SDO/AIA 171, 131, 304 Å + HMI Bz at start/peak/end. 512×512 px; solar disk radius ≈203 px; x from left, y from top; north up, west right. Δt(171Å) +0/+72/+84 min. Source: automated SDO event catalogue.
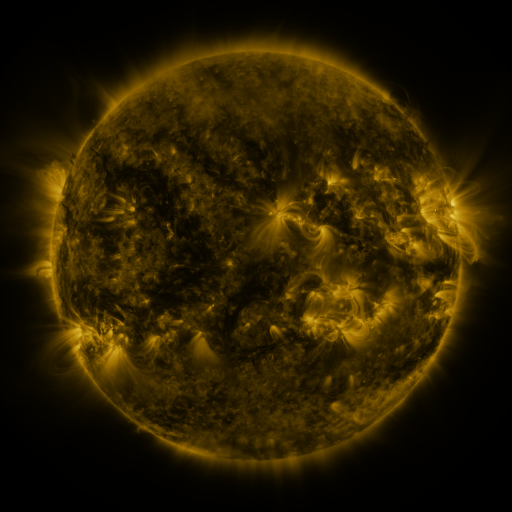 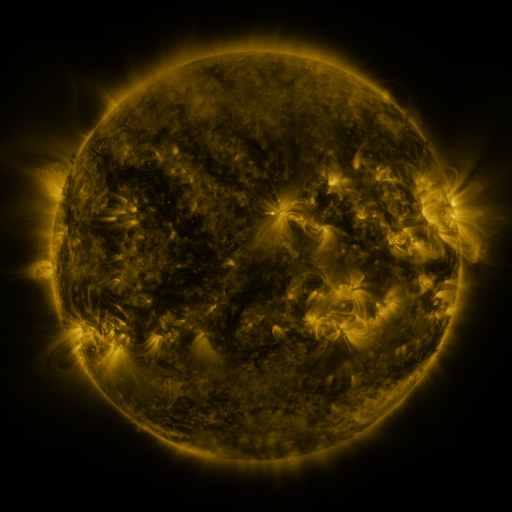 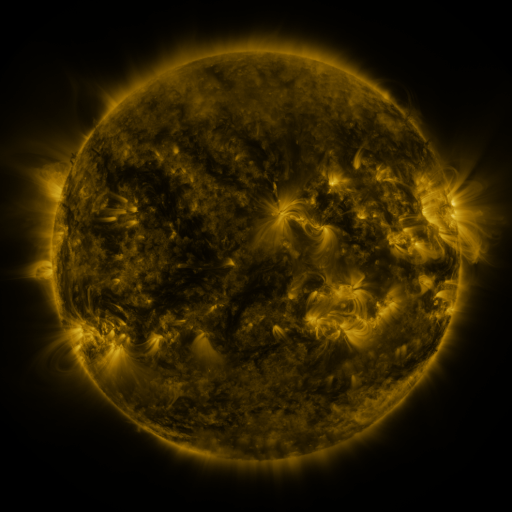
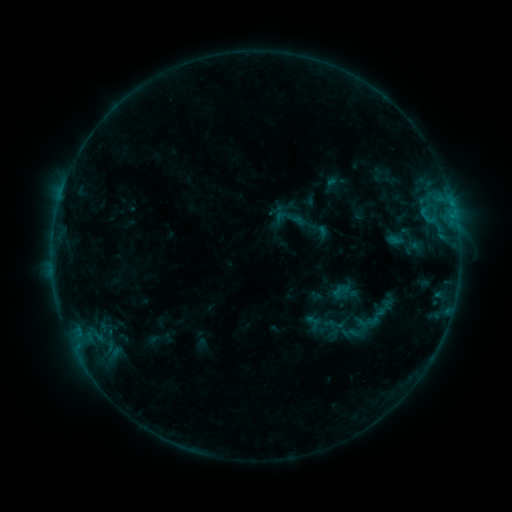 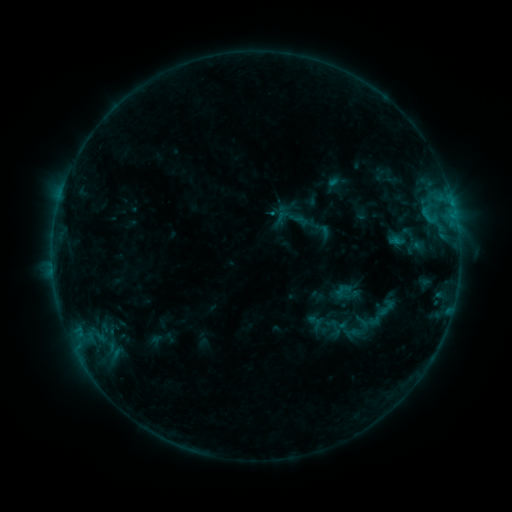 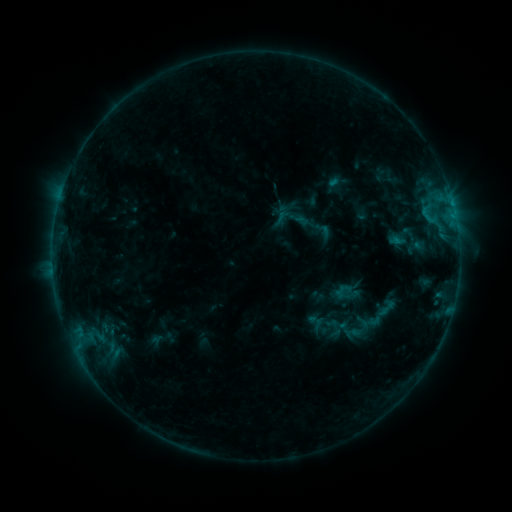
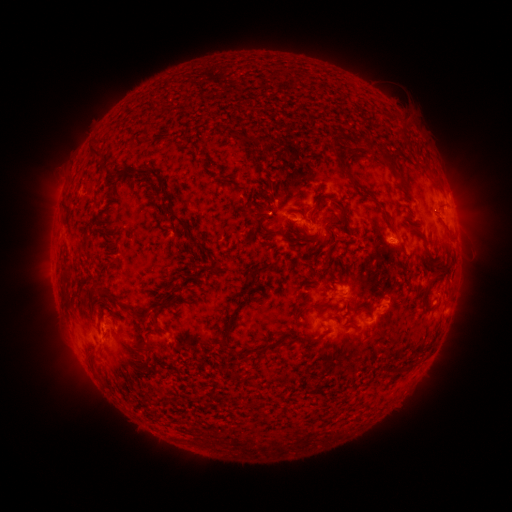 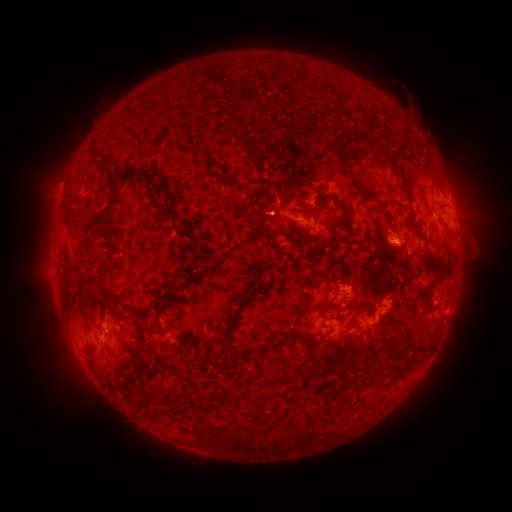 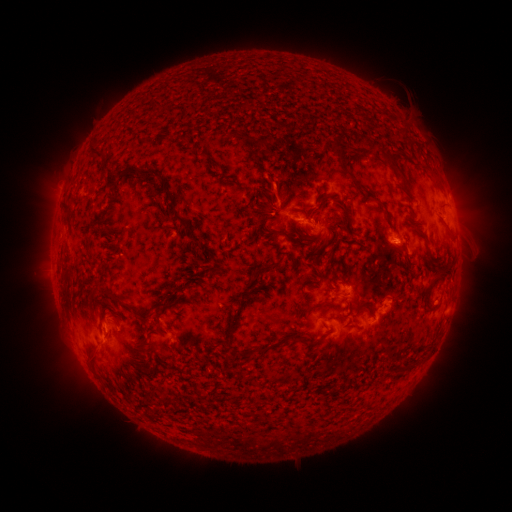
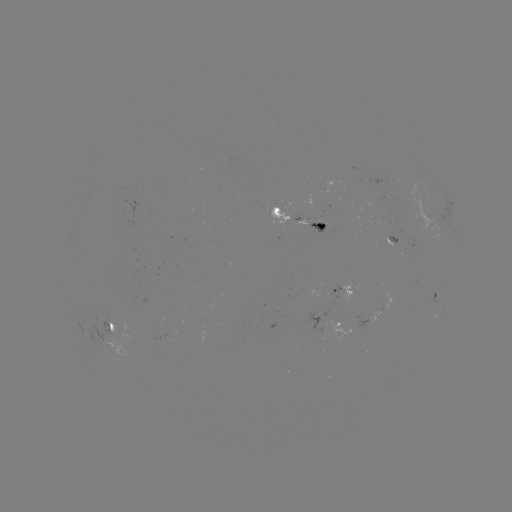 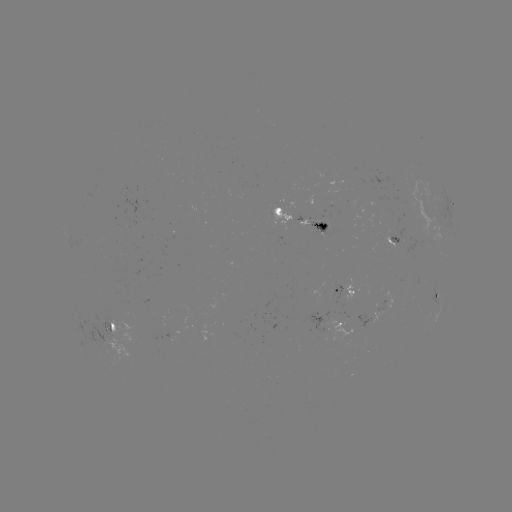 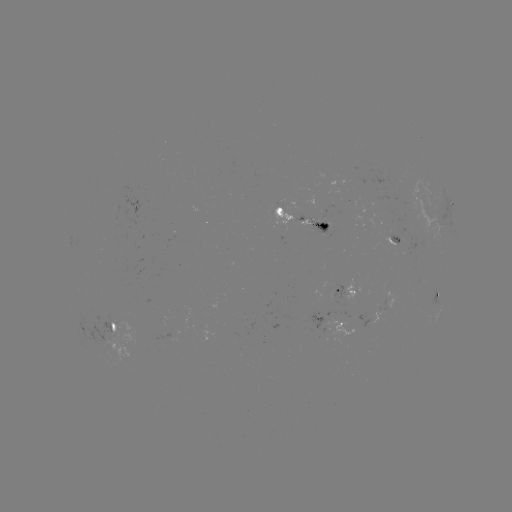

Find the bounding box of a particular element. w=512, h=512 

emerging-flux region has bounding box [311, 217, 322, 221].